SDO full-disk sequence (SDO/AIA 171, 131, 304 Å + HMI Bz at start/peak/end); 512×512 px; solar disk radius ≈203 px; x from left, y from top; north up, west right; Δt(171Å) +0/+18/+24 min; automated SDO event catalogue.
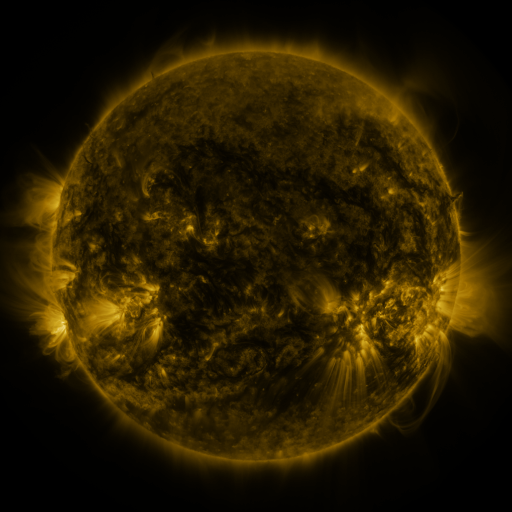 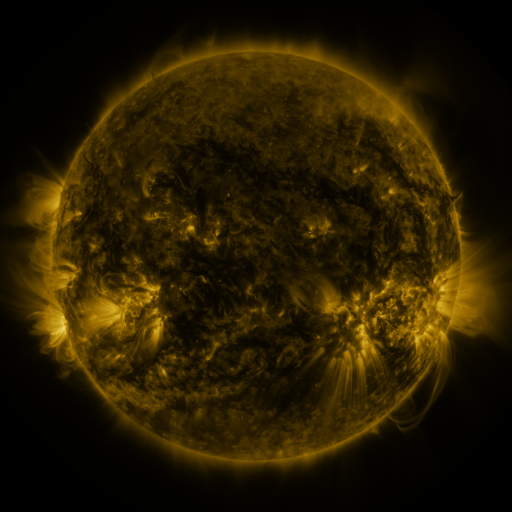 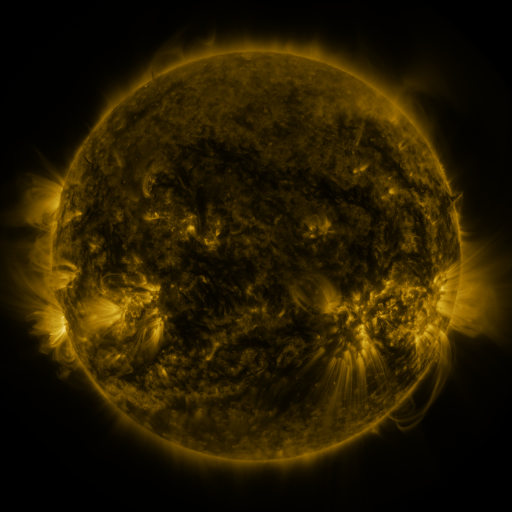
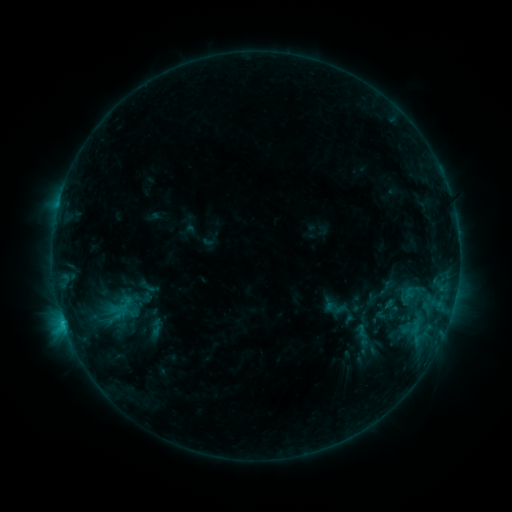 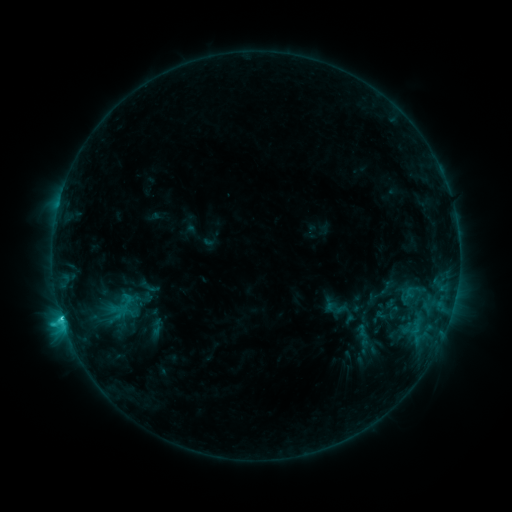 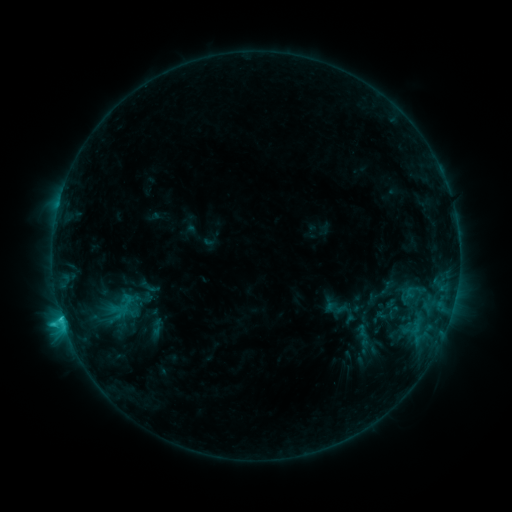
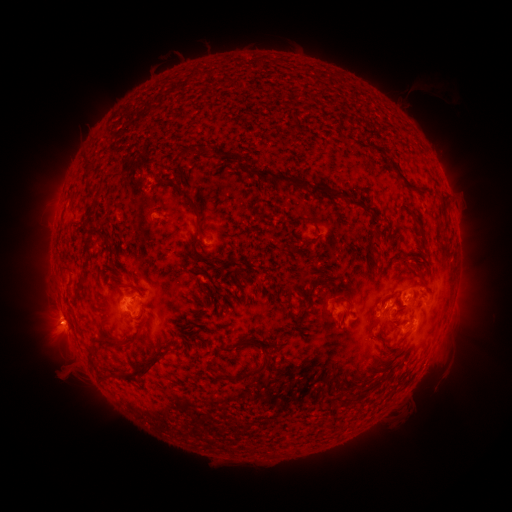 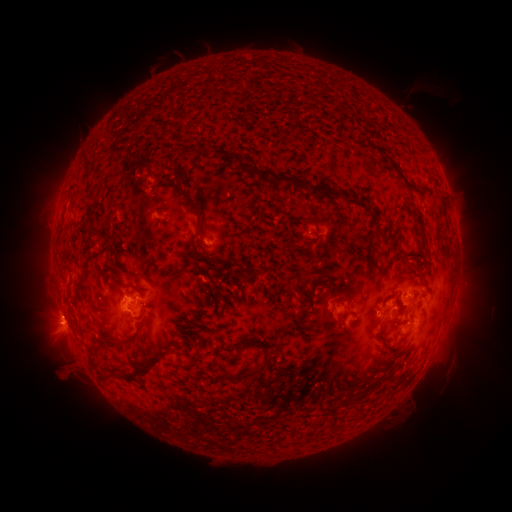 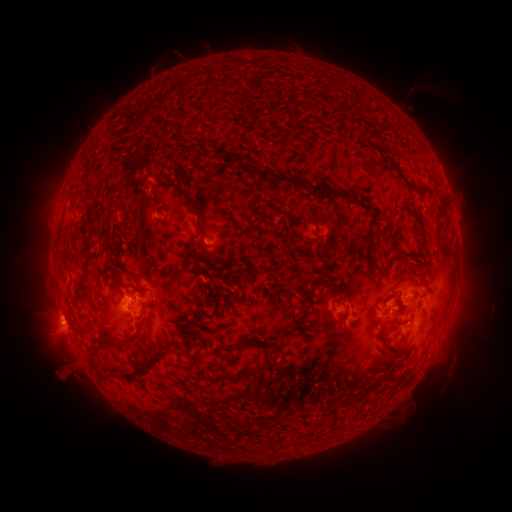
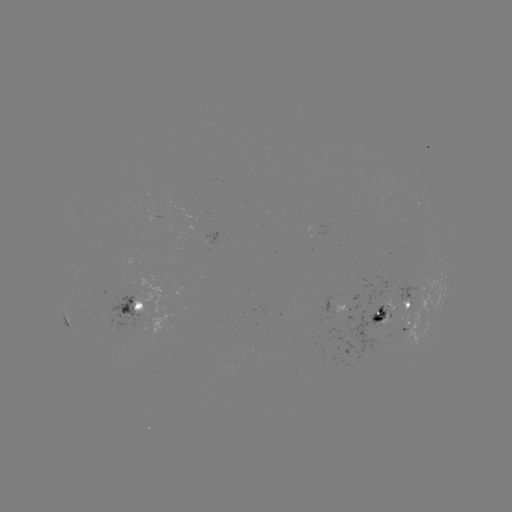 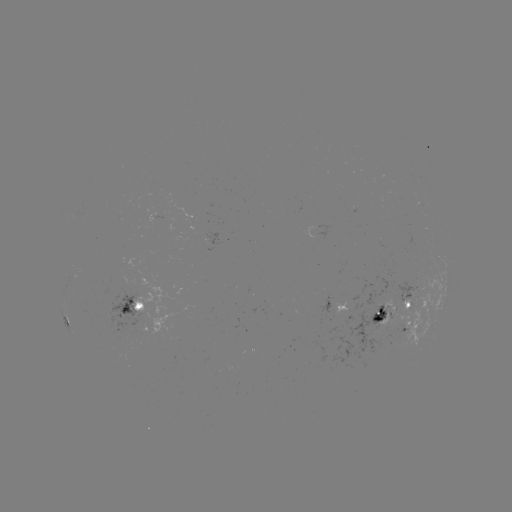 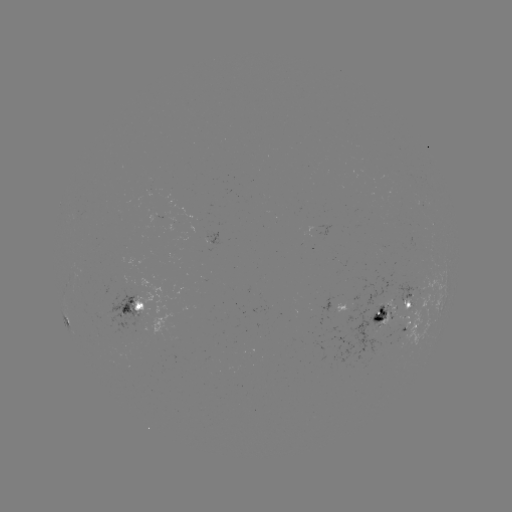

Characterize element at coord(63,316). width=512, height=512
C2.3 flare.